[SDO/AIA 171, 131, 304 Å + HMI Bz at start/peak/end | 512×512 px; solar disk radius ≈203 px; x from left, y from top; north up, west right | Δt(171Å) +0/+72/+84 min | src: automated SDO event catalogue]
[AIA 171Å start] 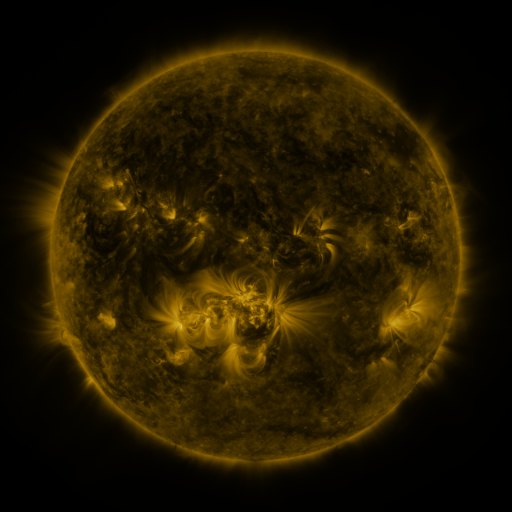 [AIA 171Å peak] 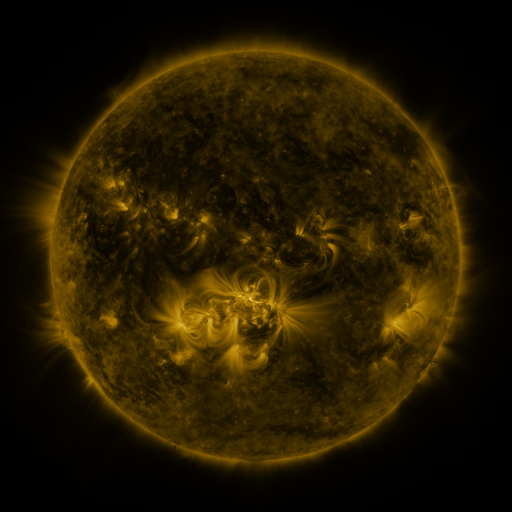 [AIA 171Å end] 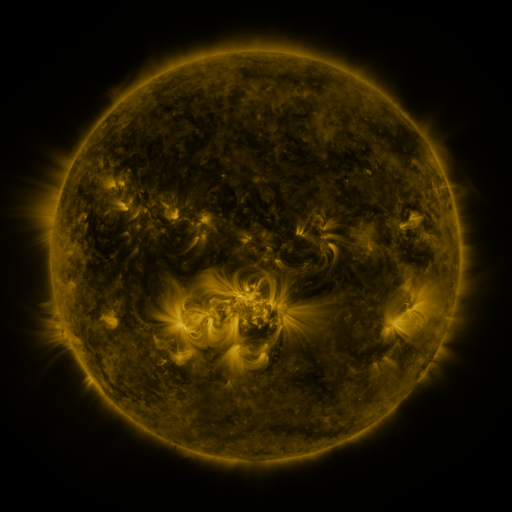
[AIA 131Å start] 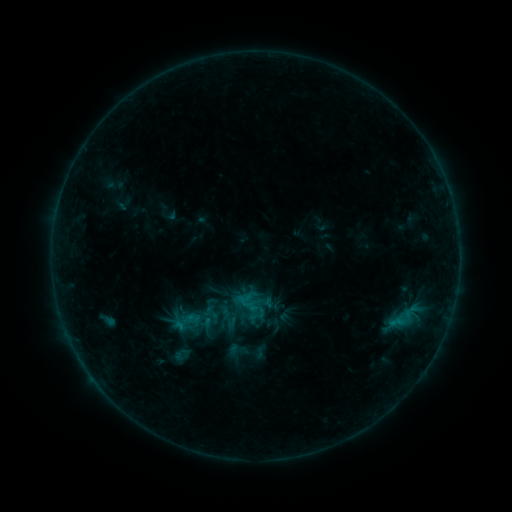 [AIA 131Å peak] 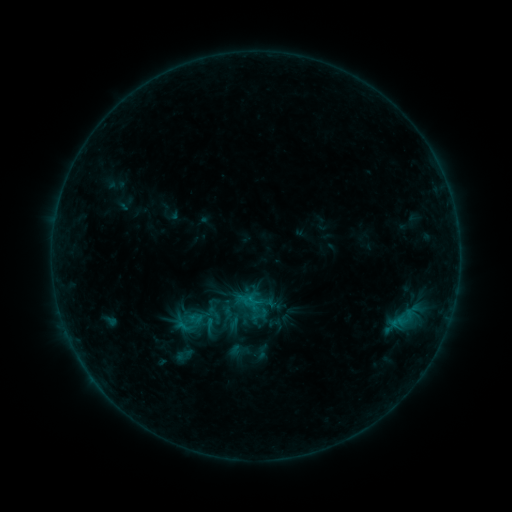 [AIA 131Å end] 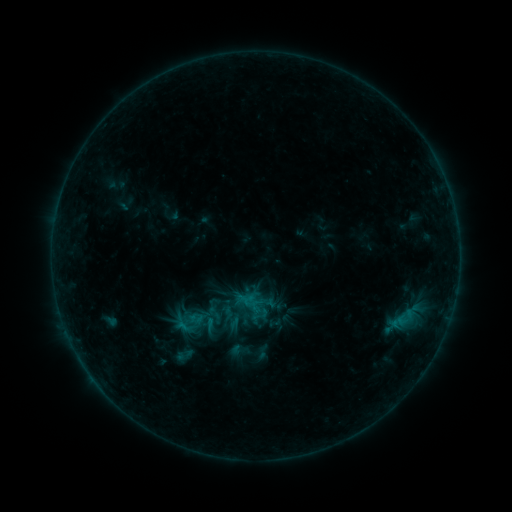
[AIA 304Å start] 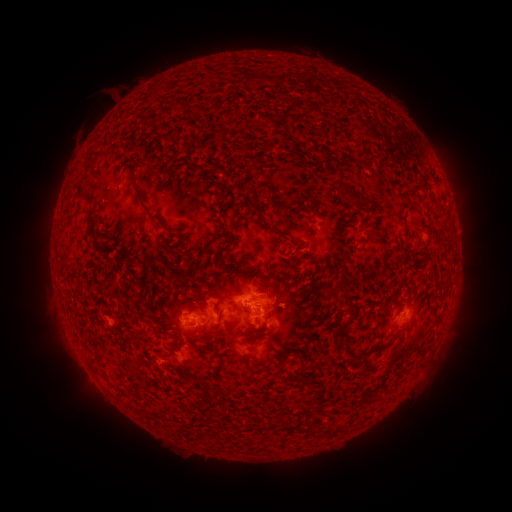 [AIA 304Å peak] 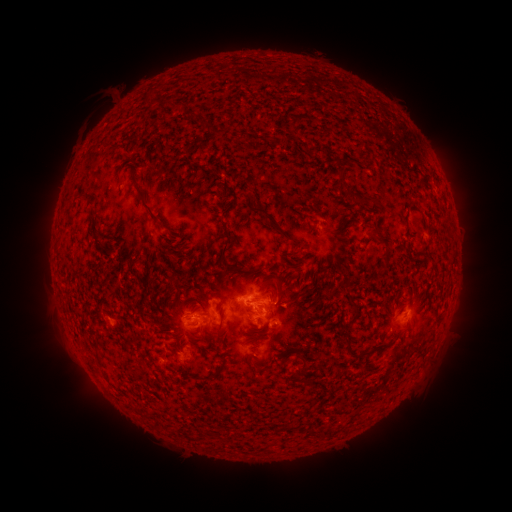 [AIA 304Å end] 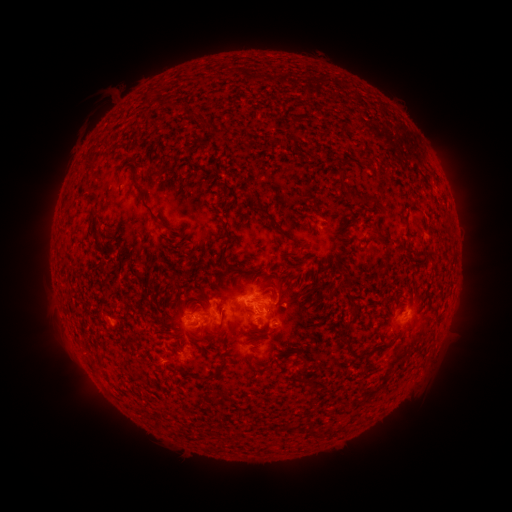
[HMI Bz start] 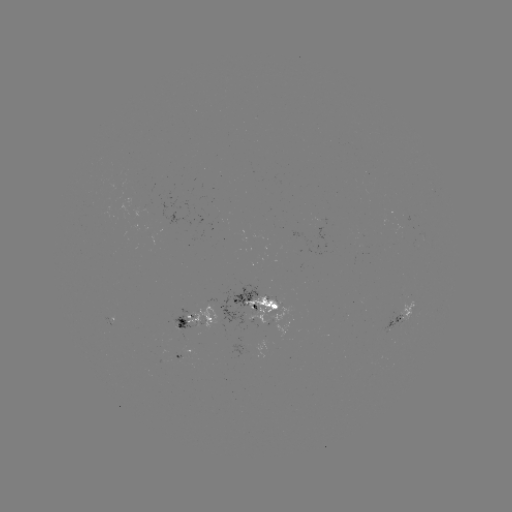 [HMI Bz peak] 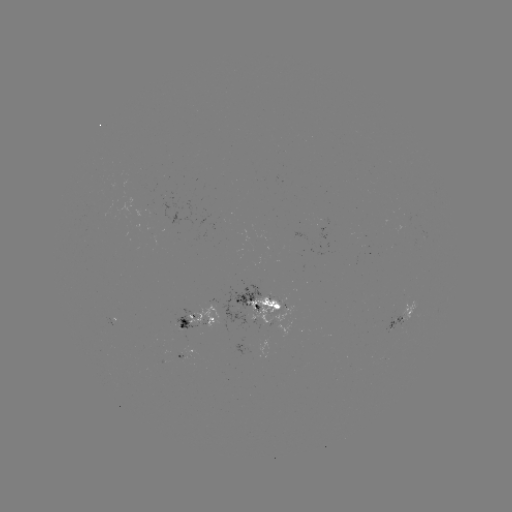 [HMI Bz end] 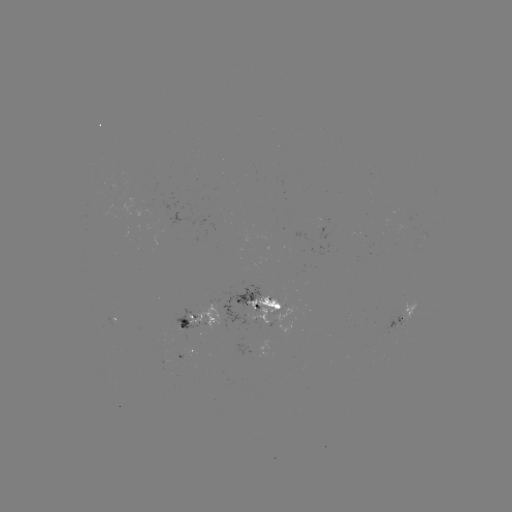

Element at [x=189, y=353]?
emerging-flux region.